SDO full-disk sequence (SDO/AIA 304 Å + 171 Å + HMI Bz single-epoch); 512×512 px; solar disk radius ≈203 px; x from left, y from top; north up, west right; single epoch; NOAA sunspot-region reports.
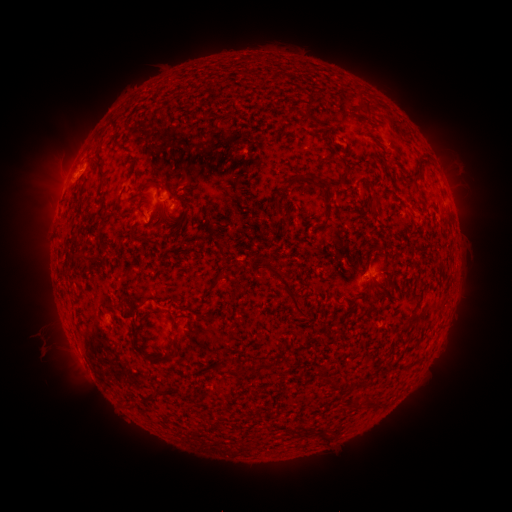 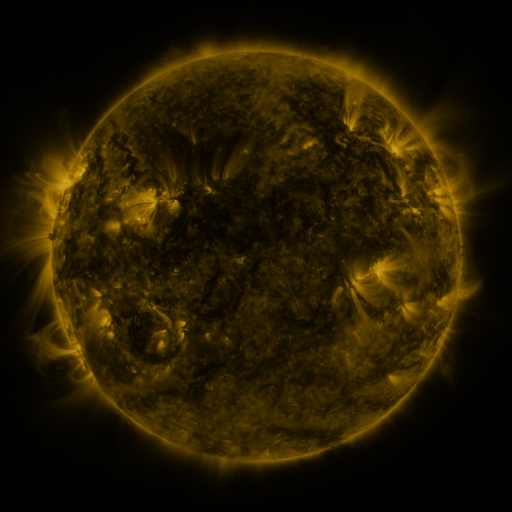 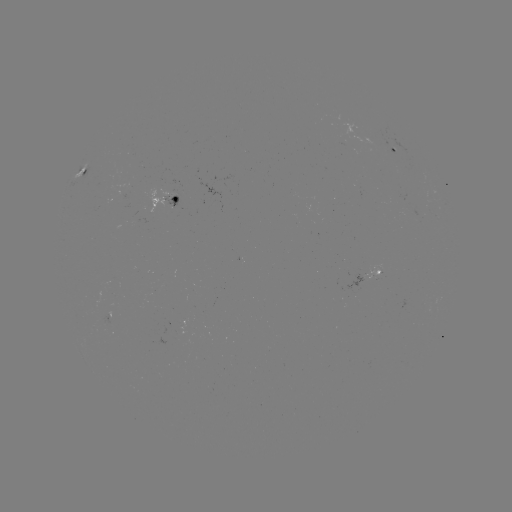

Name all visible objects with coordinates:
spotted active region: (397, 151)
spotted active region: (91, 164)
spotted active region: (178, 194)
spotted active region: (374, 273)
spotted active region: (186, 320)
